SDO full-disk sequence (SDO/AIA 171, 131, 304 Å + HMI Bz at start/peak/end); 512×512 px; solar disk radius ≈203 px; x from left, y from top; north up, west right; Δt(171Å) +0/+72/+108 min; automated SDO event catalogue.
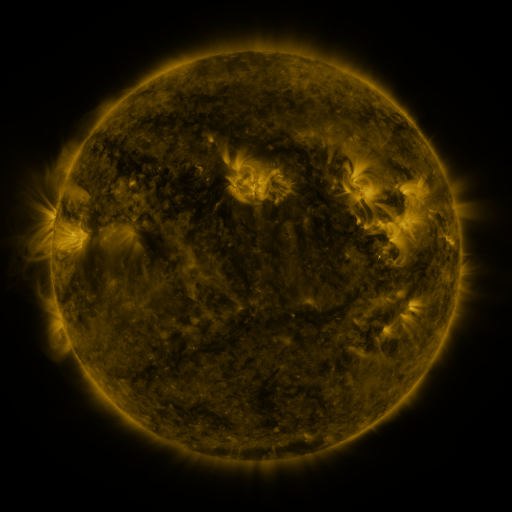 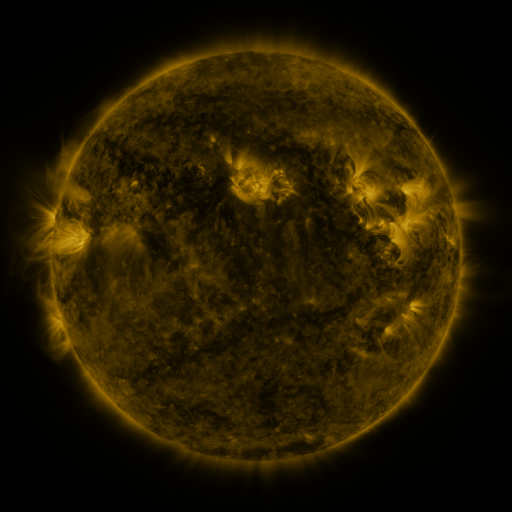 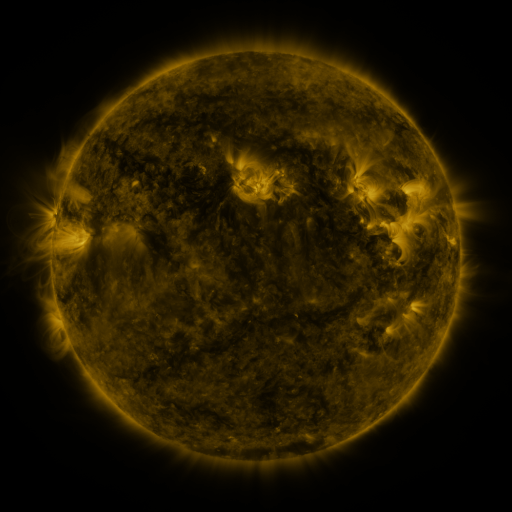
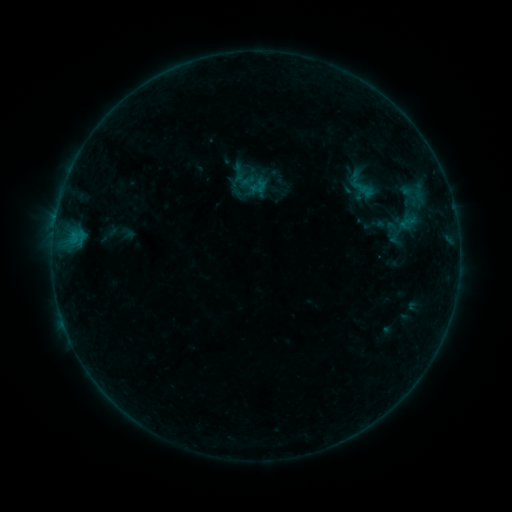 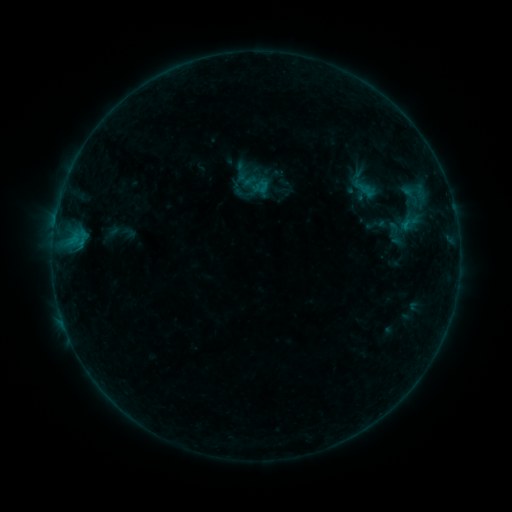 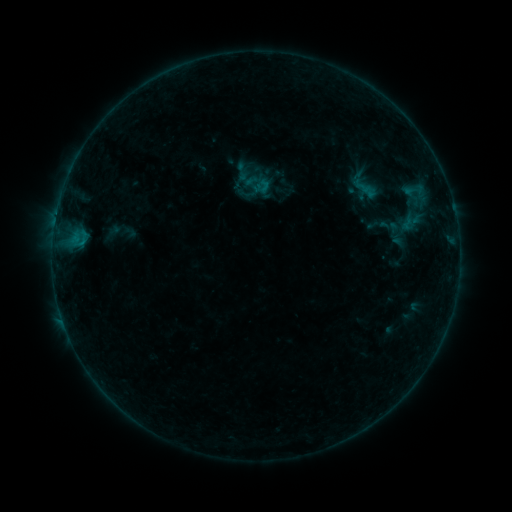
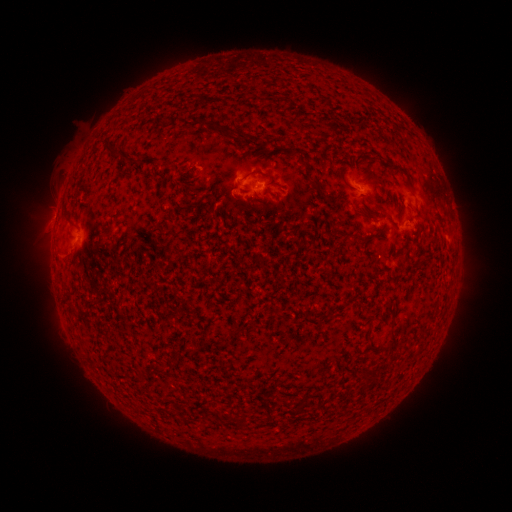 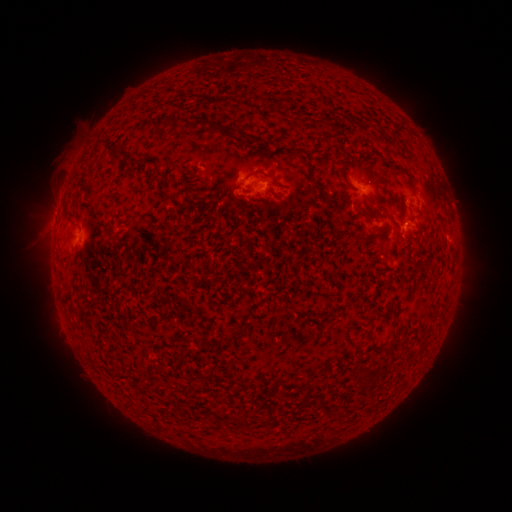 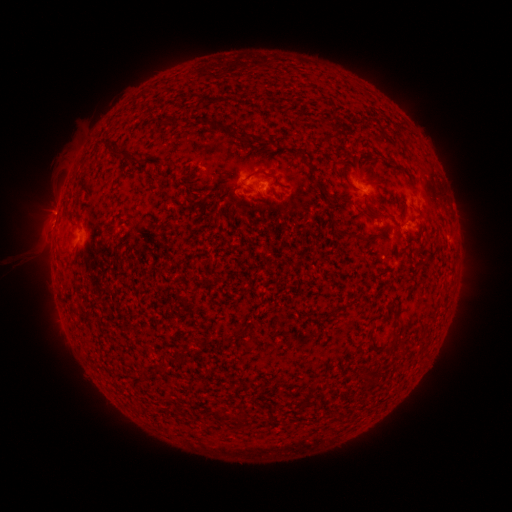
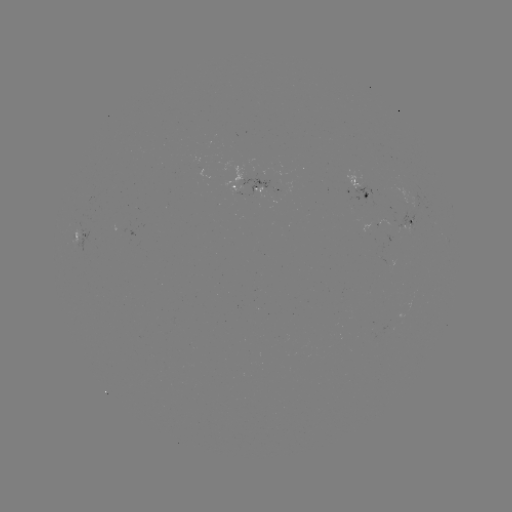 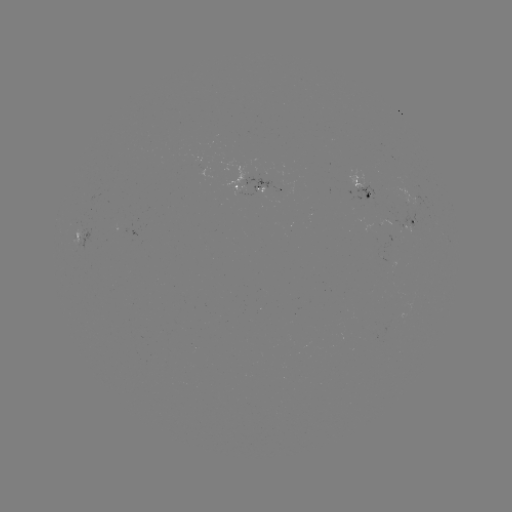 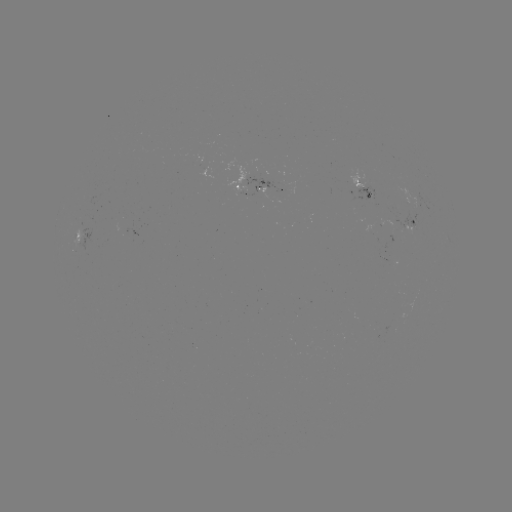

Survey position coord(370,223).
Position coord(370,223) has emerging-flux region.